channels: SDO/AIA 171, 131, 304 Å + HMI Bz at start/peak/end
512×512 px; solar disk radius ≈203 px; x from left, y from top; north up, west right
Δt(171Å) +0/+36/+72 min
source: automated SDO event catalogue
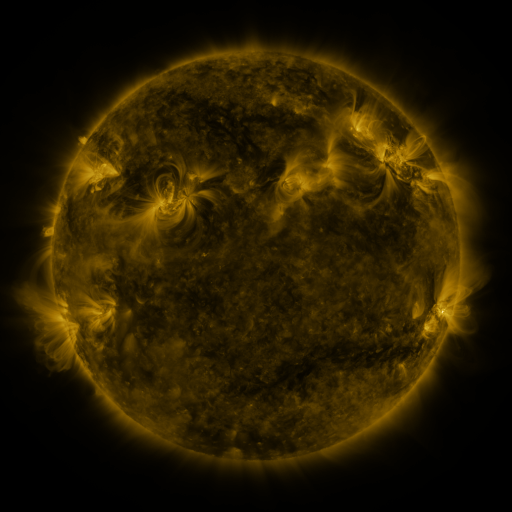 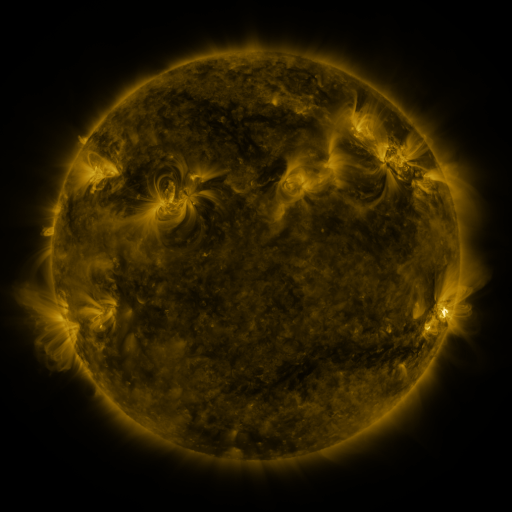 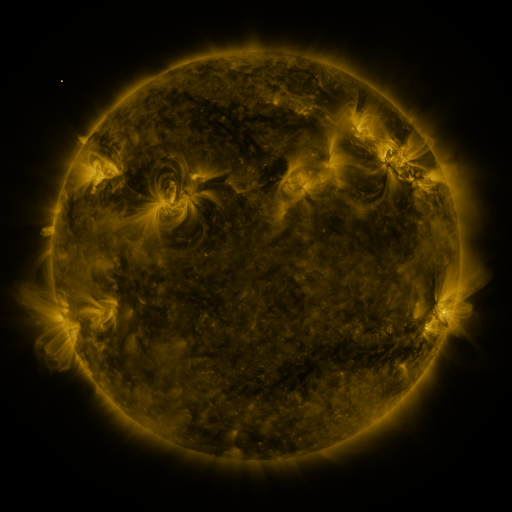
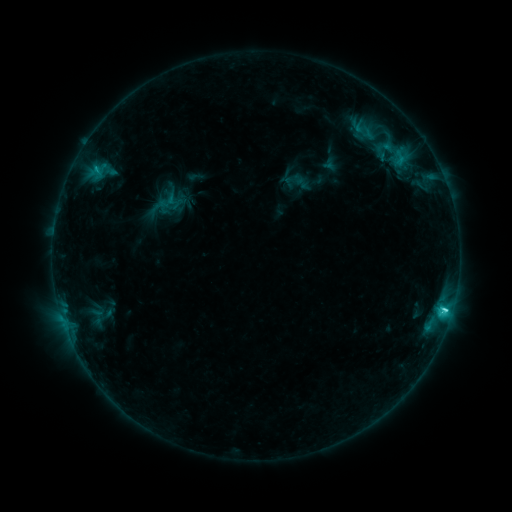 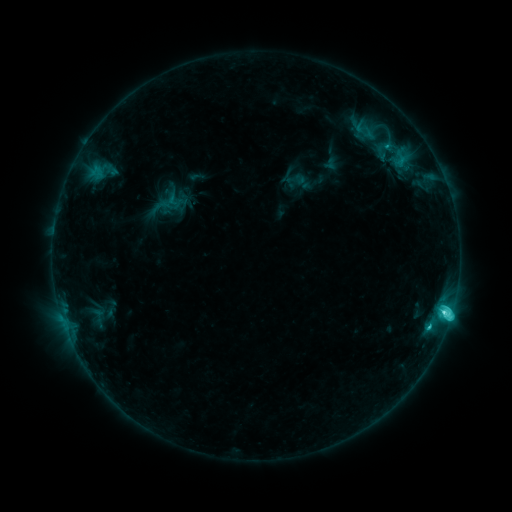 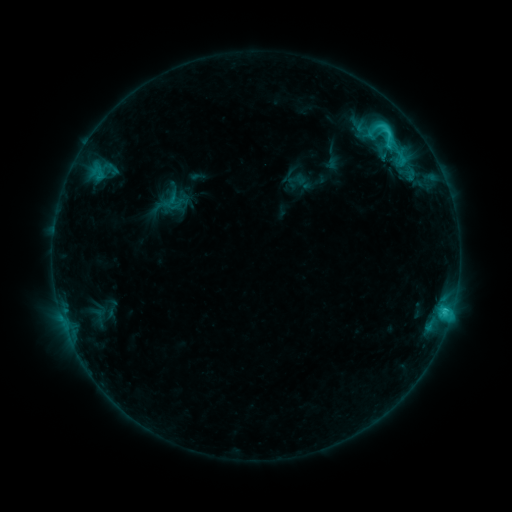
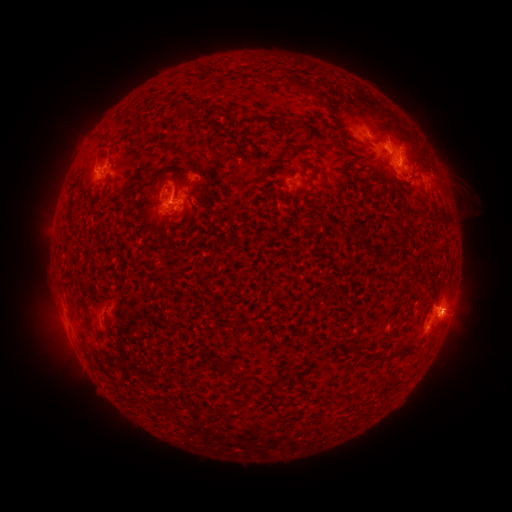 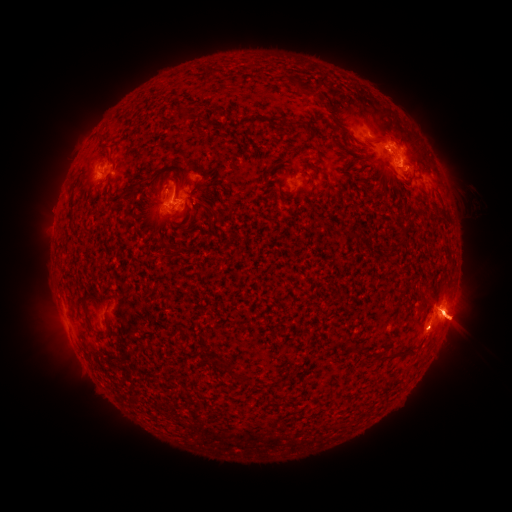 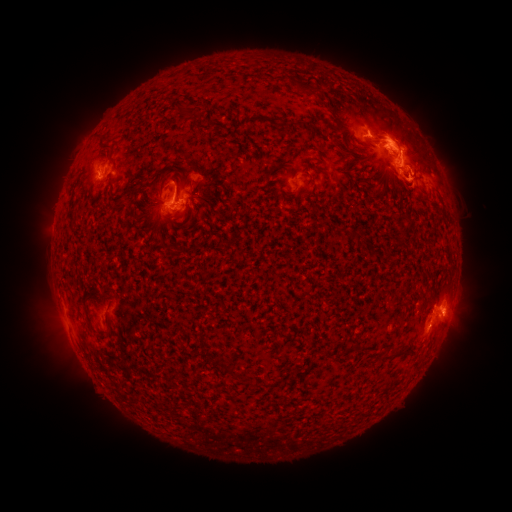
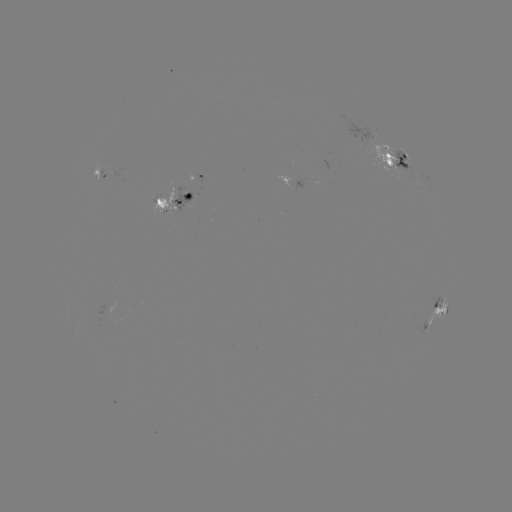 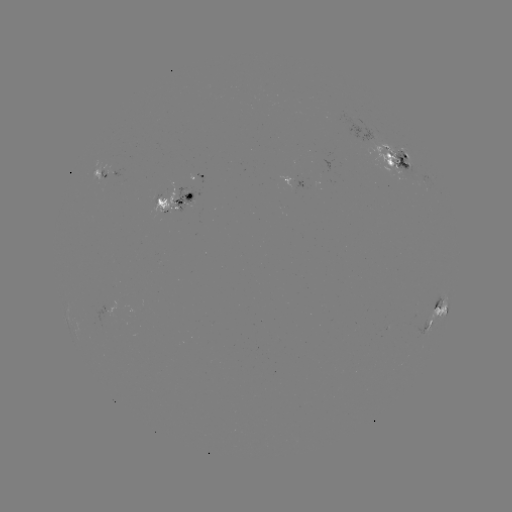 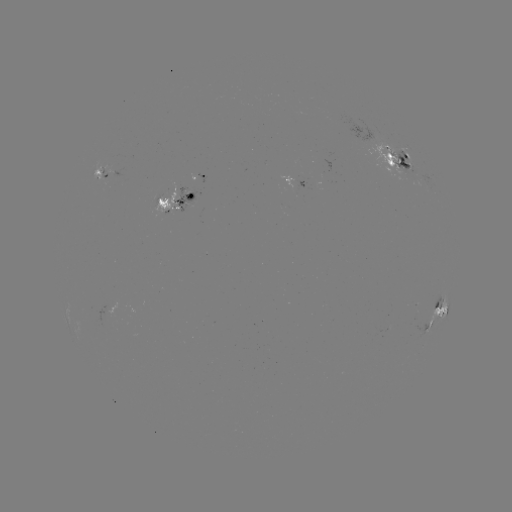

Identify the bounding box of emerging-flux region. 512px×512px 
[172, 188, 192, 212].